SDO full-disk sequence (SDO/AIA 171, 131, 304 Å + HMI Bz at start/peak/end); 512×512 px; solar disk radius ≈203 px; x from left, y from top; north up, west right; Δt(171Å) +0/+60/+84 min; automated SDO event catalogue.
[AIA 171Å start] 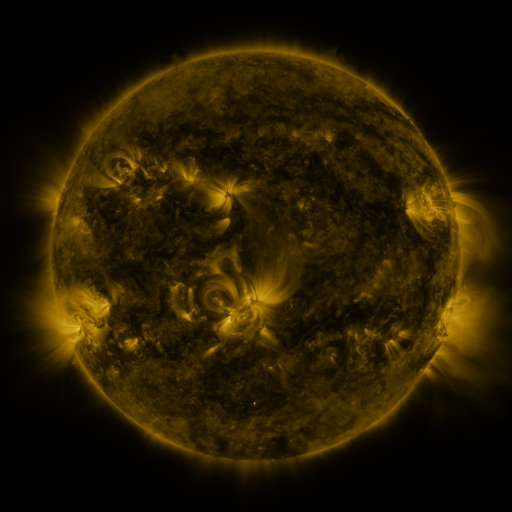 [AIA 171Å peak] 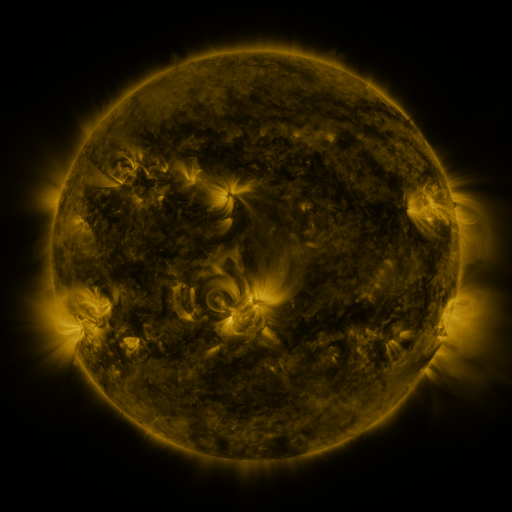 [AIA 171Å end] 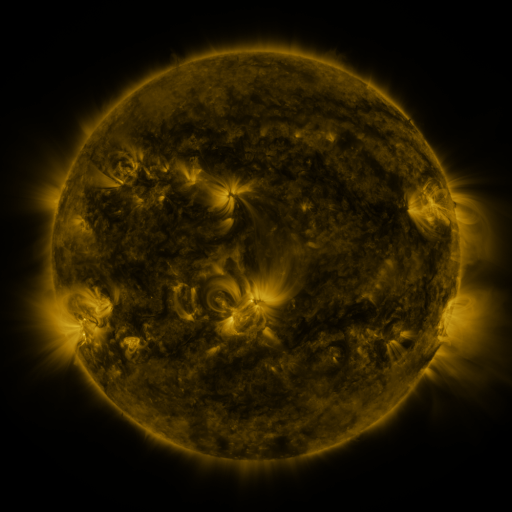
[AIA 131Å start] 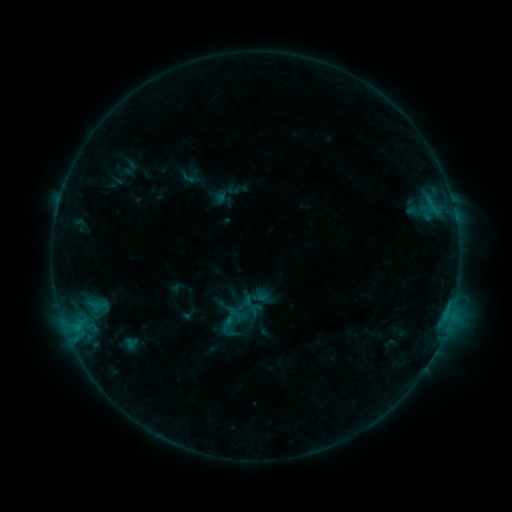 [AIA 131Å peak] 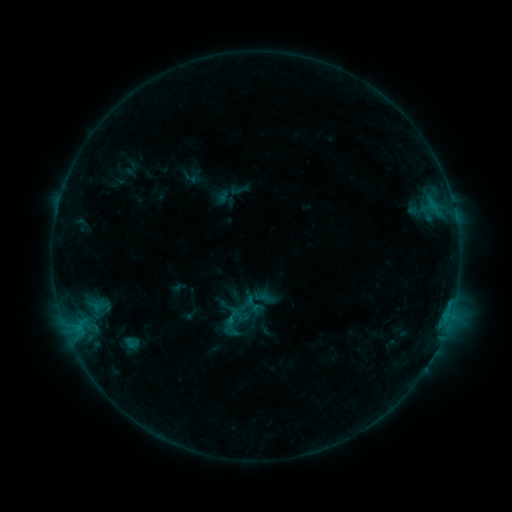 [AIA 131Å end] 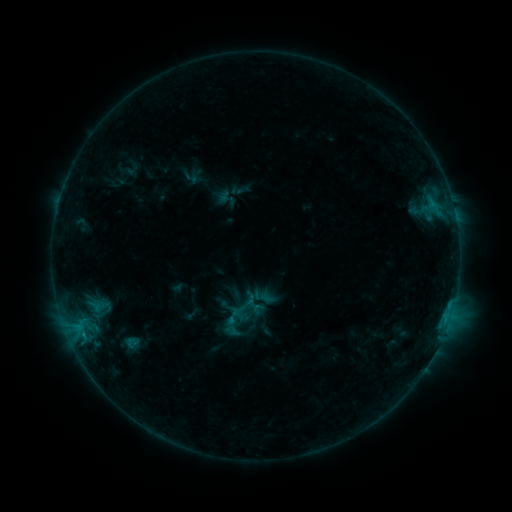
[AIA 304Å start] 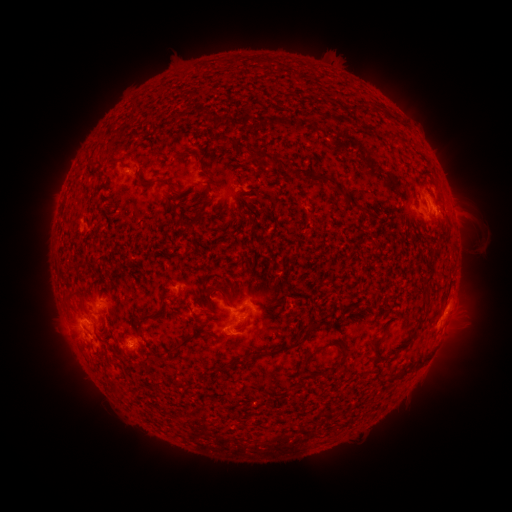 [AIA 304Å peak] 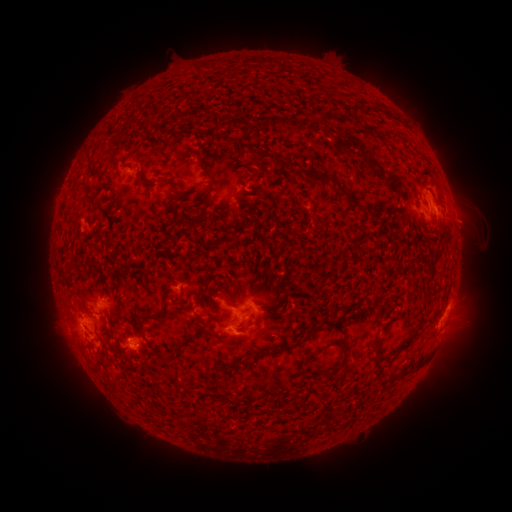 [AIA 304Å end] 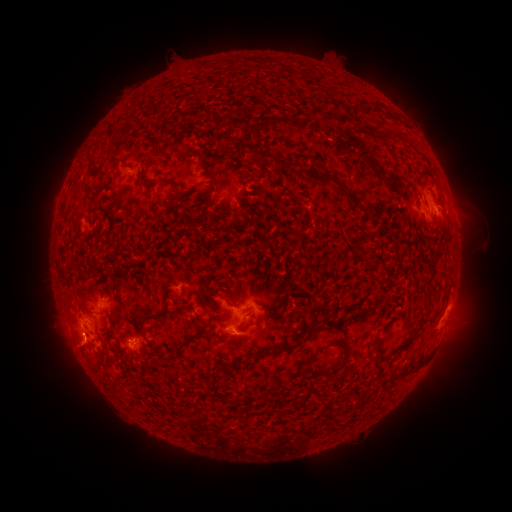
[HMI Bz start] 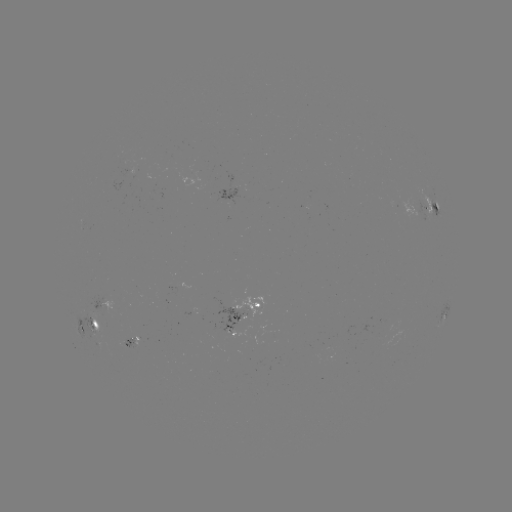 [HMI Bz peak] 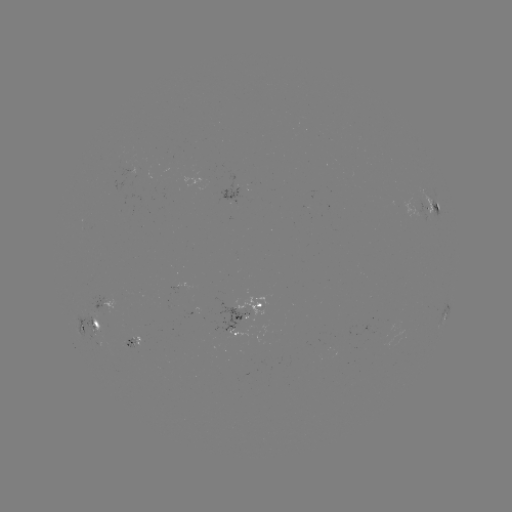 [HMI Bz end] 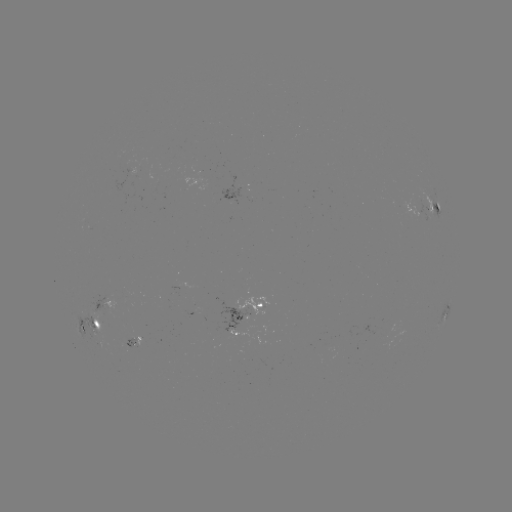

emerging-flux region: <bbox>216, 328, 247, 337</bbox>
